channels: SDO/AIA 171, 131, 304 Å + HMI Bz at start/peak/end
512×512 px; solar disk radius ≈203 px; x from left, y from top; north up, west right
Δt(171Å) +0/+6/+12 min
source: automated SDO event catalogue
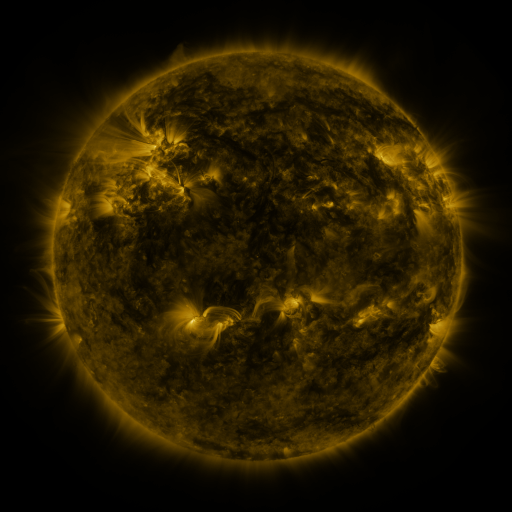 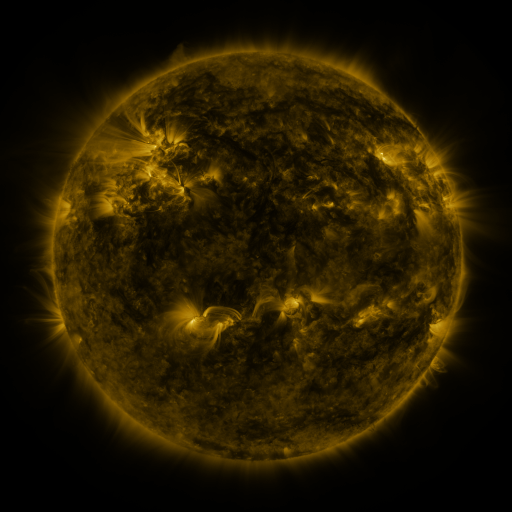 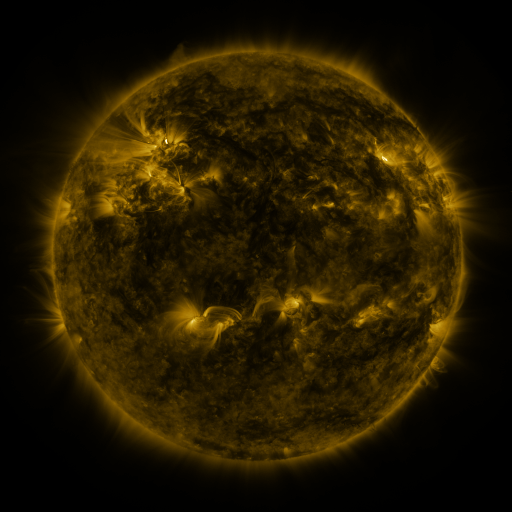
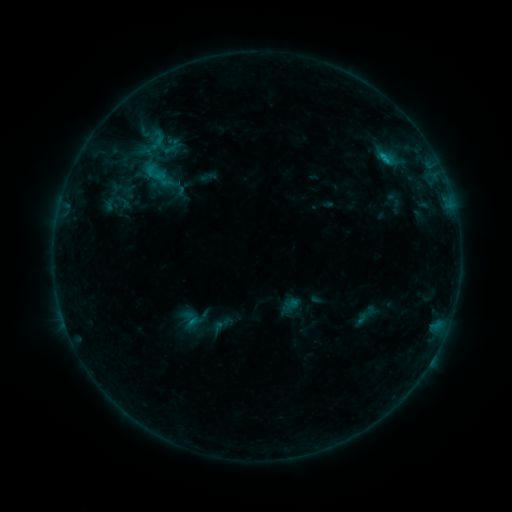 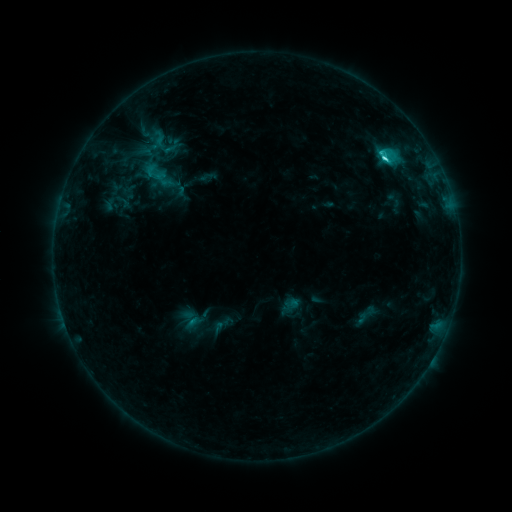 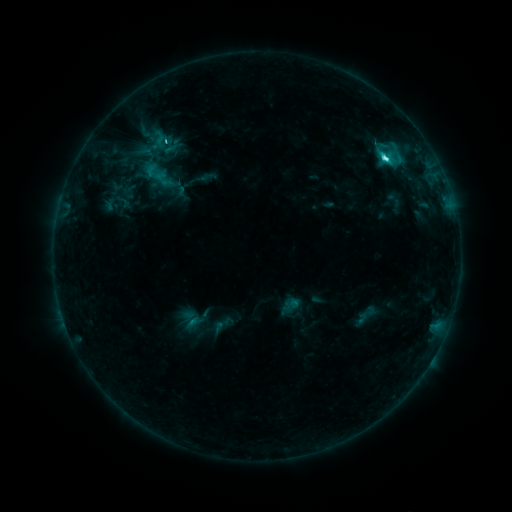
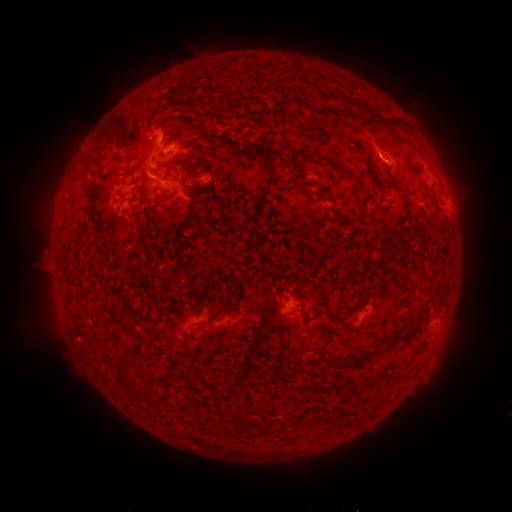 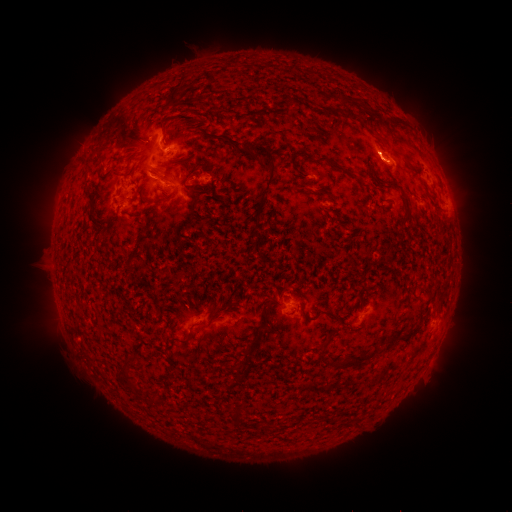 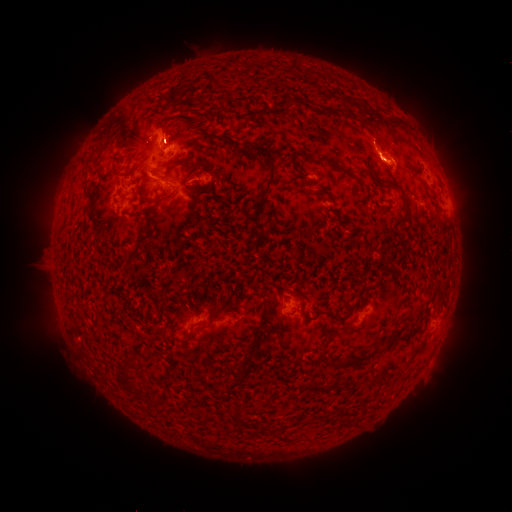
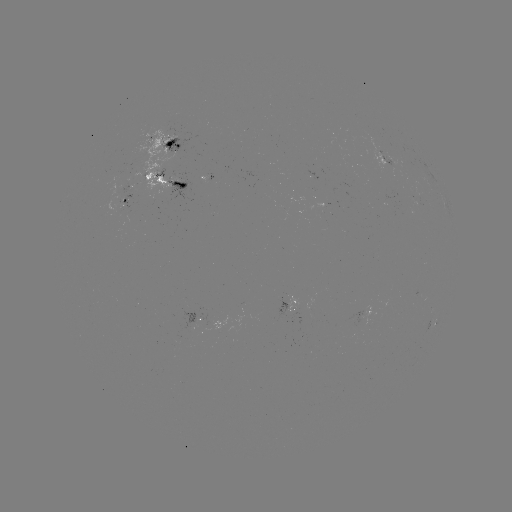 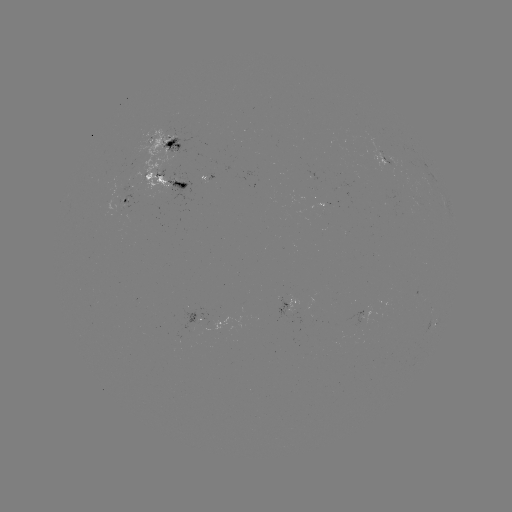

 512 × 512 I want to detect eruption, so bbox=[354, 122, 405, 171].